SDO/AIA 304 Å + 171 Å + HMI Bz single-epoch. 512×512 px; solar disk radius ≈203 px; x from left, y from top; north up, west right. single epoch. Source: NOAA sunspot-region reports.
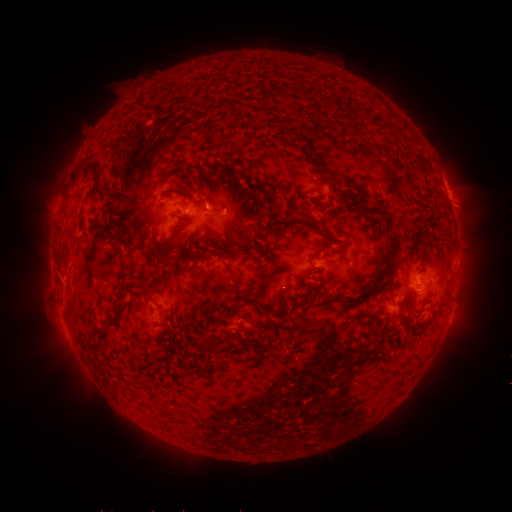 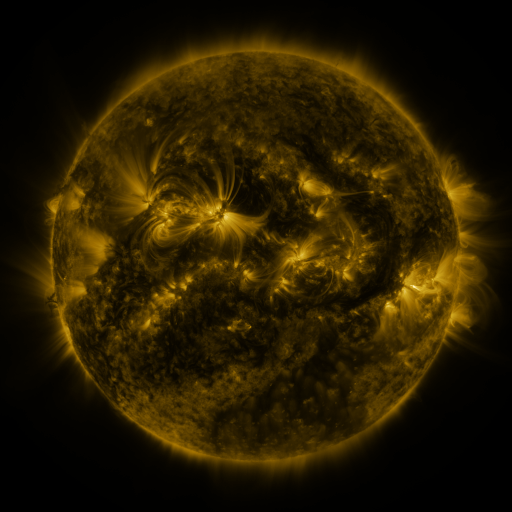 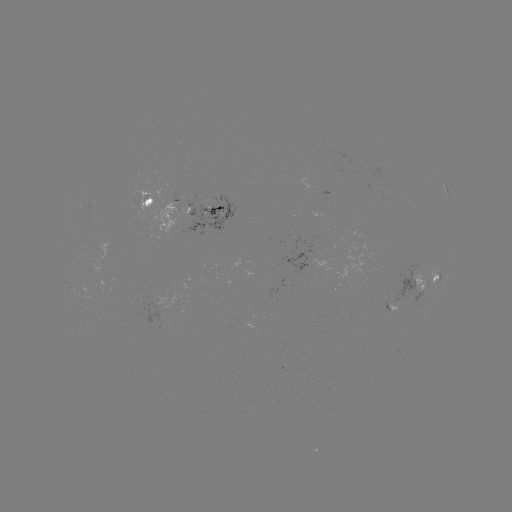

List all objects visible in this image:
spotted active region: (330, 190)
spotted active region: (448, 191)
spotted active region: (186, 207)
spotted active region: (457, 263)
spotted active region: (423, 283)
spotted active region: (449, 316)
